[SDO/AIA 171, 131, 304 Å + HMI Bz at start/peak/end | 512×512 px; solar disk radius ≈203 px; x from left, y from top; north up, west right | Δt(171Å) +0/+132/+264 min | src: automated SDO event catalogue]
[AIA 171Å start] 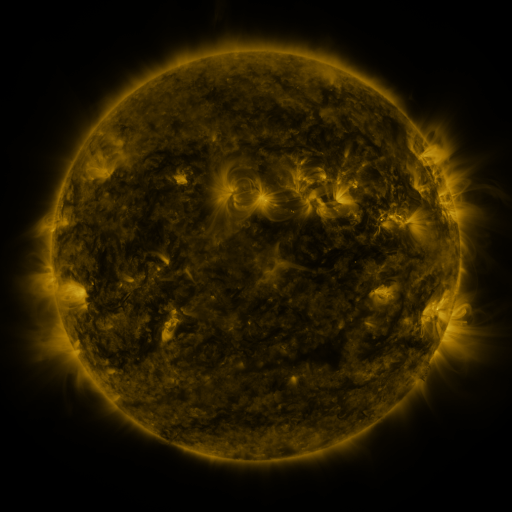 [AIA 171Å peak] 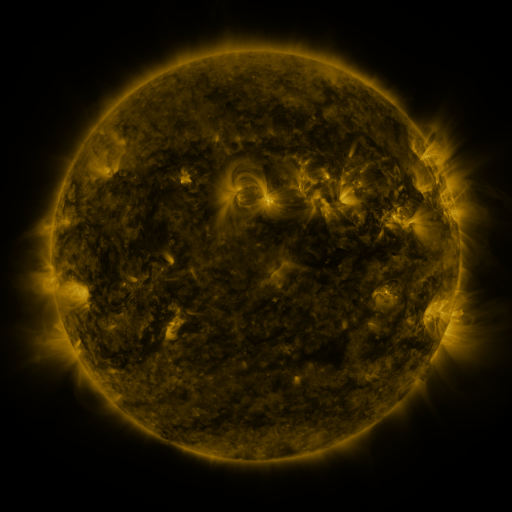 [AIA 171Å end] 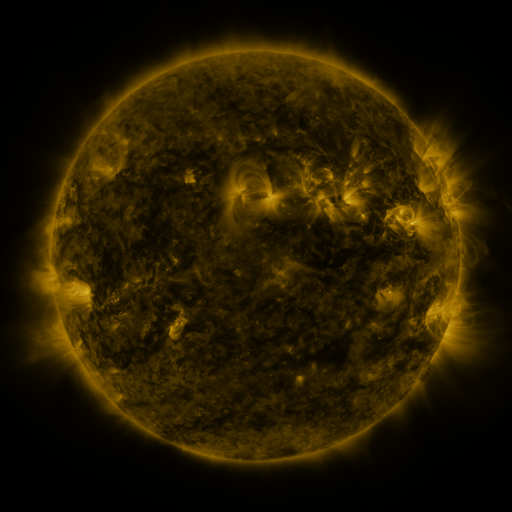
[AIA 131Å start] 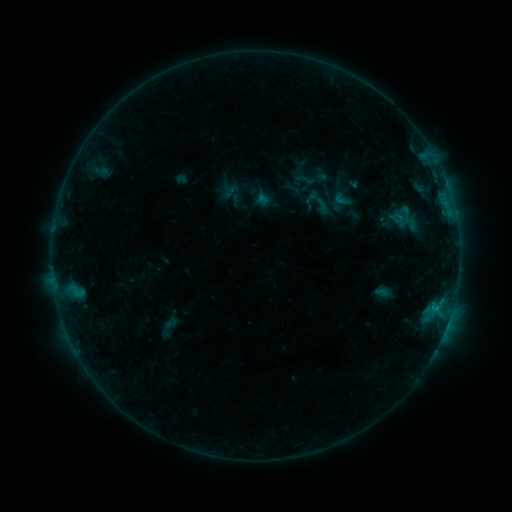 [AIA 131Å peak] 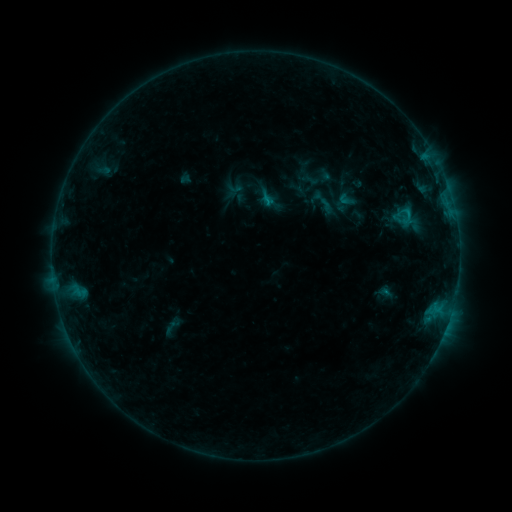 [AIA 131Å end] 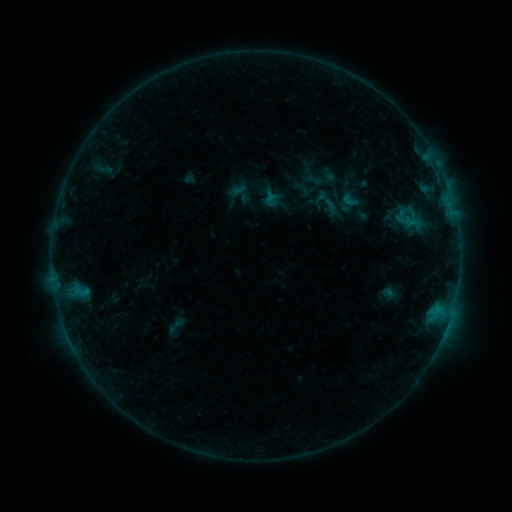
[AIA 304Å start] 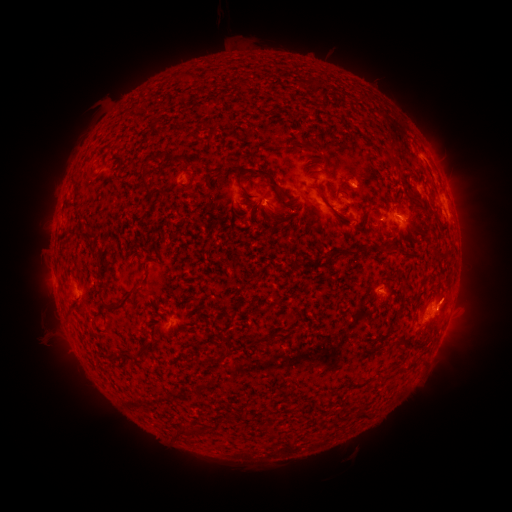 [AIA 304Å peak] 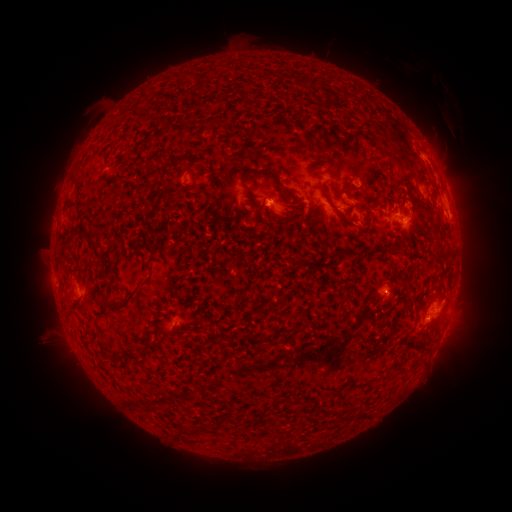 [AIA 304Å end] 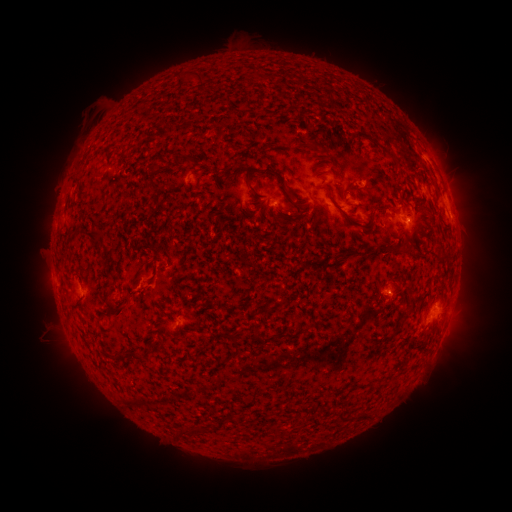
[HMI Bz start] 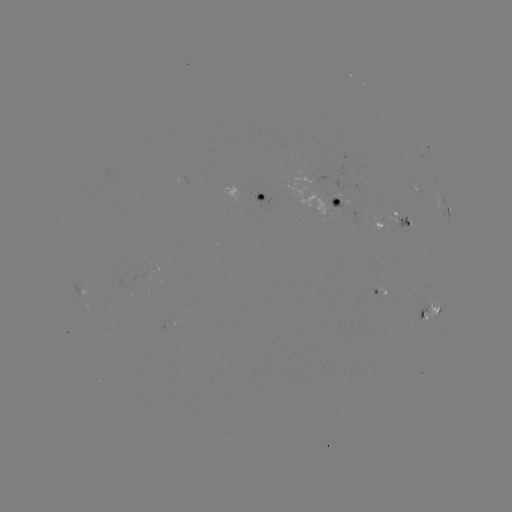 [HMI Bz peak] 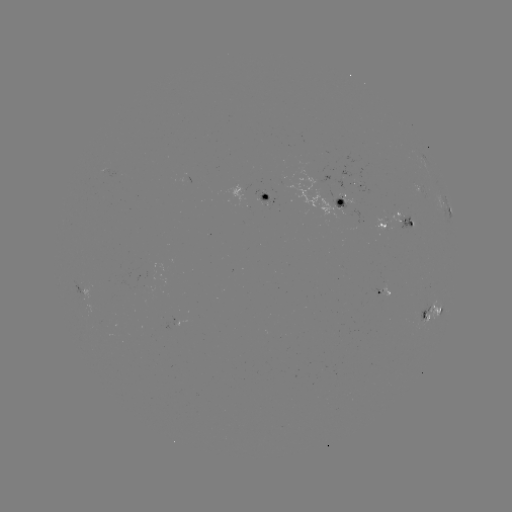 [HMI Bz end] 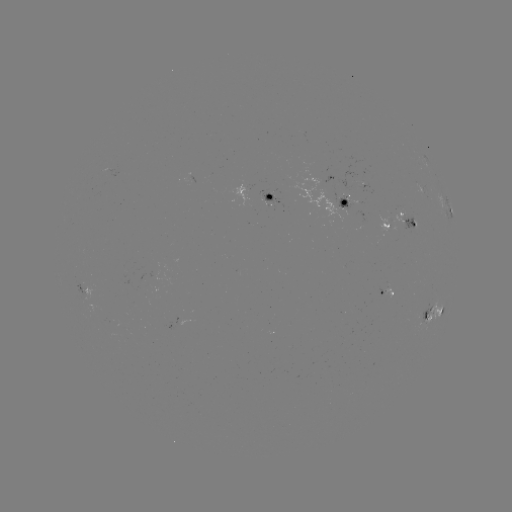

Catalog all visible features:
filament eruption: (390, 121)
